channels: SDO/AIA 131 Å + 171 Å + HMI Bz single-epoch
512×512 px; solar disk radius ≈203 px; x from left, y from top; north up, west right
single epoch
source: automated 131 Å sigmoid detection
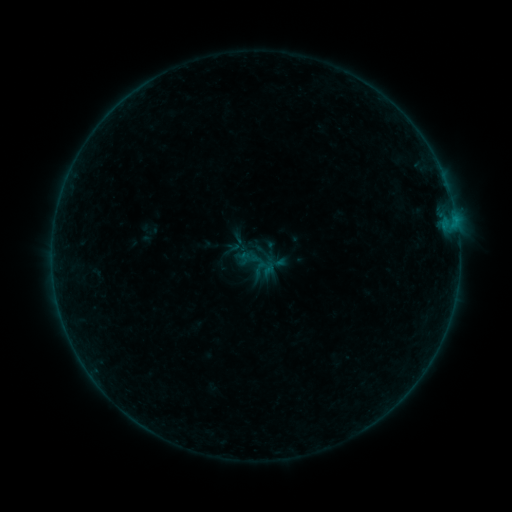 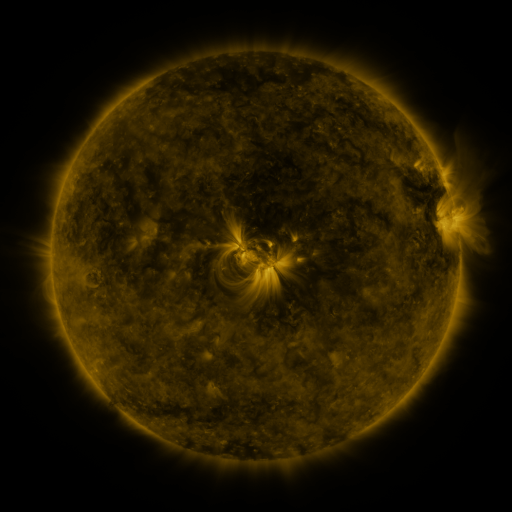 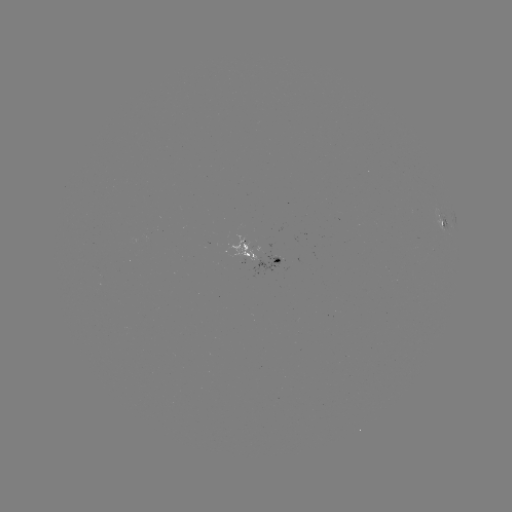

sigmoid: (243, 251, 268, 276)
